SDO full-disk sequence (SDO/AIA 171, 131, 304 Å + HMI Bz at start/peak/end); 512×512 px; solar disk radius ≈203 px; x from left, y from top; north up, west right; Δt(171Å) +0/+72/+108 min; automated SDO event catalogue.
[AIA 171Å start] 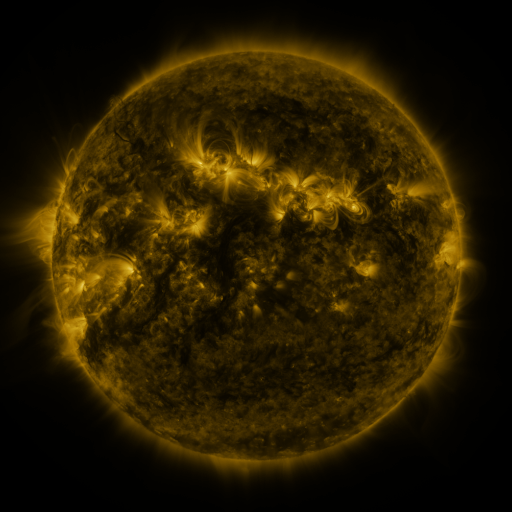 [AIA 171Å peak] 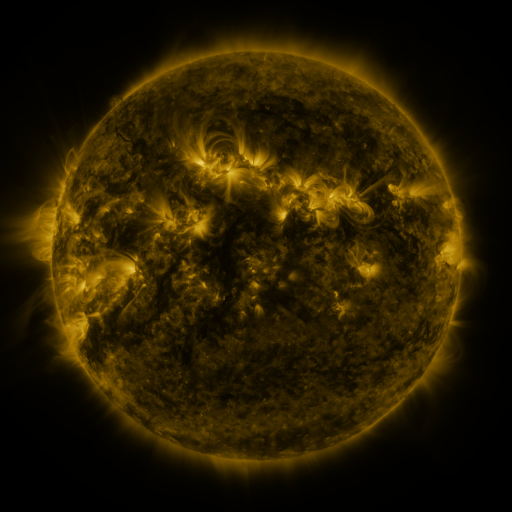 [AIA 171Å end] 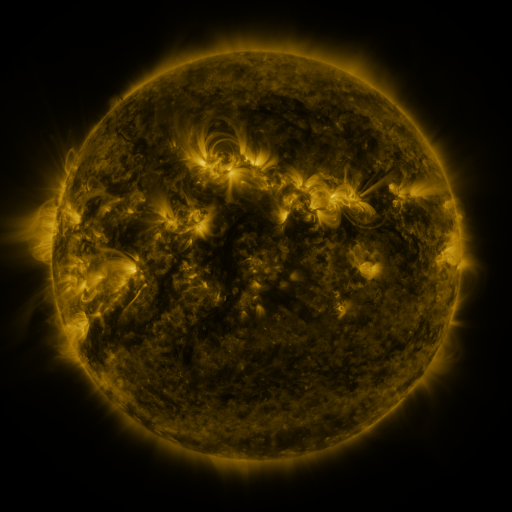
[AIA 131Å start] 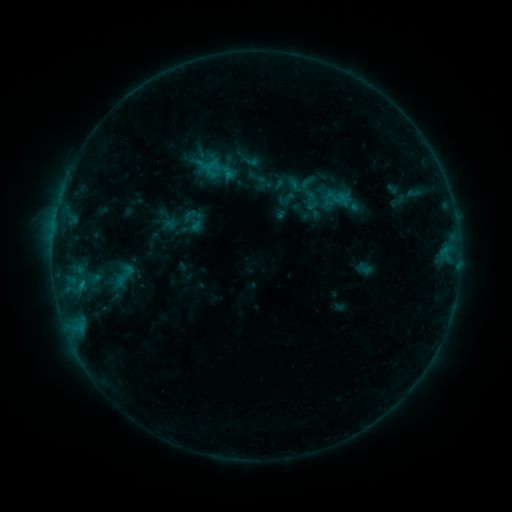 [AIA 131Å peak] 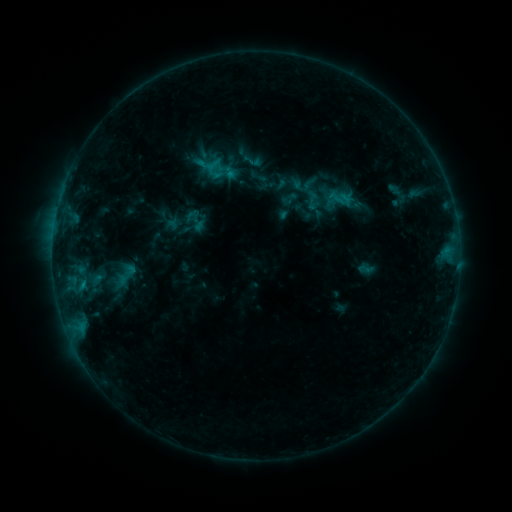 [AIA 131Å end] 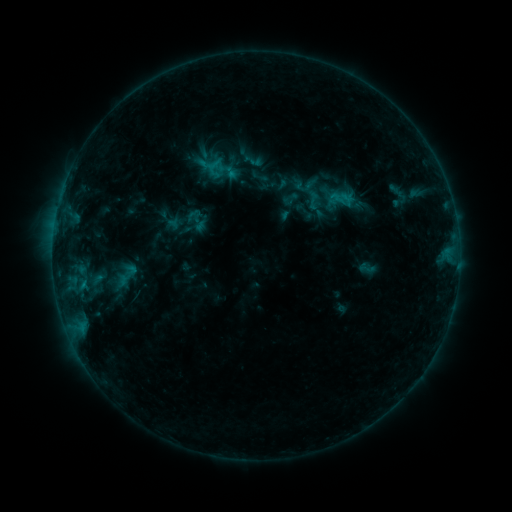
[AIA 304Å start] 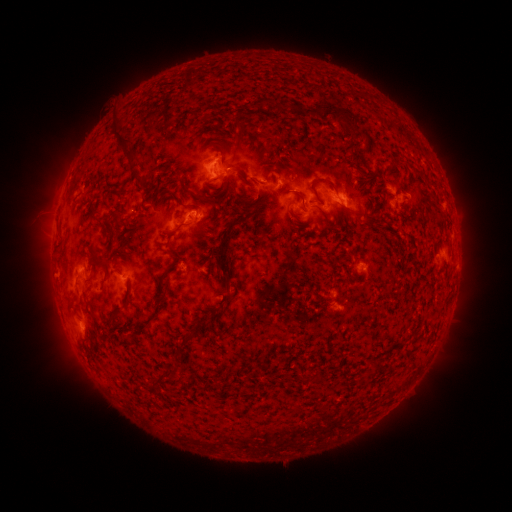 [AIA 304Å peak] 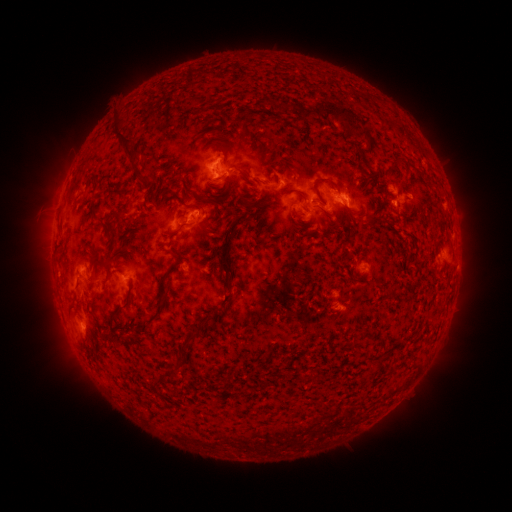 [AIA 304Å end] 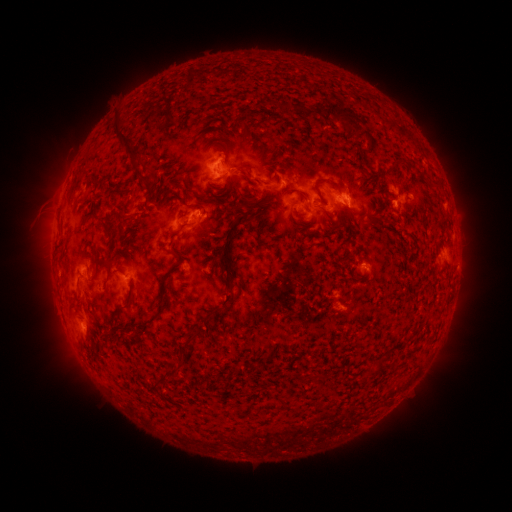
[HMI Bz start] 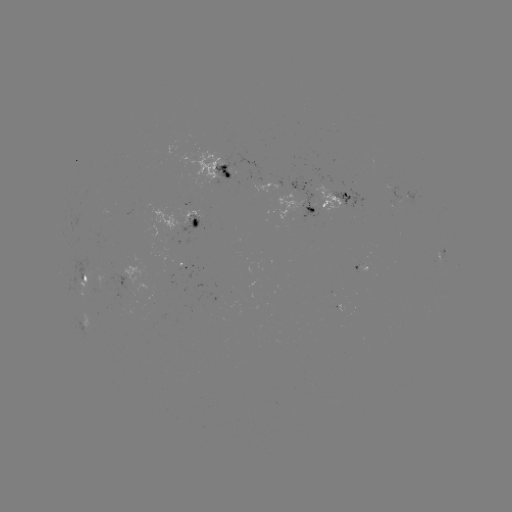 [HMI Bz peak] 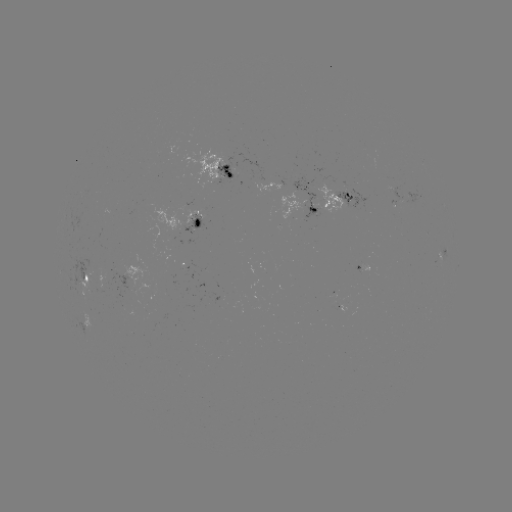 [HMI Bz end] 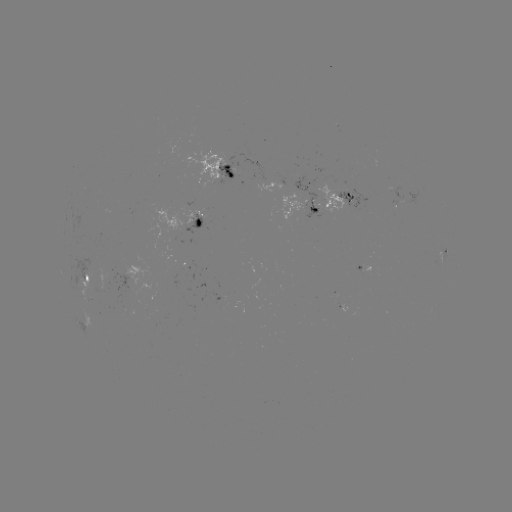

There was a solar emerging-flux region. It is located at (401, 196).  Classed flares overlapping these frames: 1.